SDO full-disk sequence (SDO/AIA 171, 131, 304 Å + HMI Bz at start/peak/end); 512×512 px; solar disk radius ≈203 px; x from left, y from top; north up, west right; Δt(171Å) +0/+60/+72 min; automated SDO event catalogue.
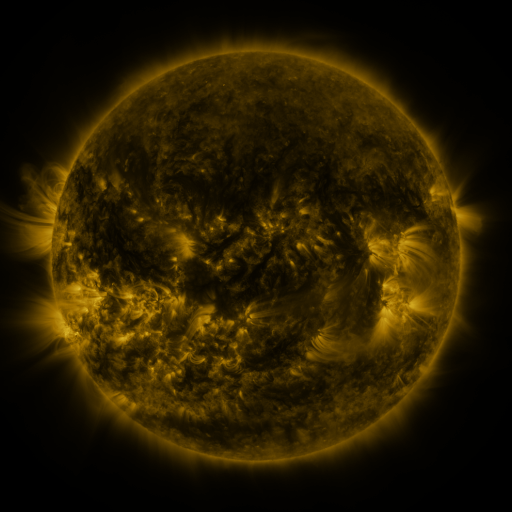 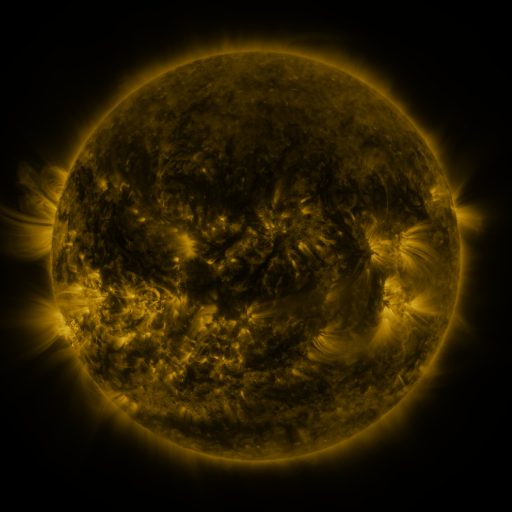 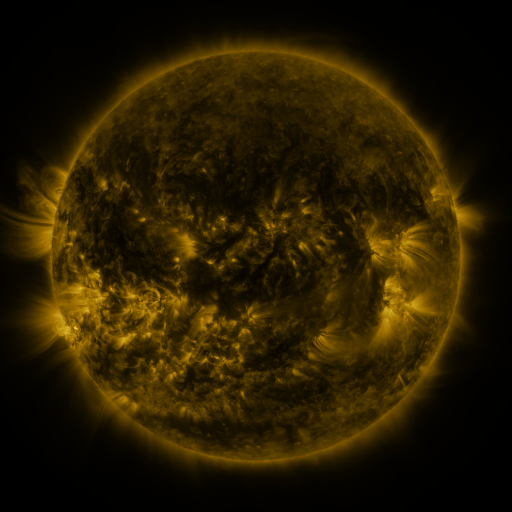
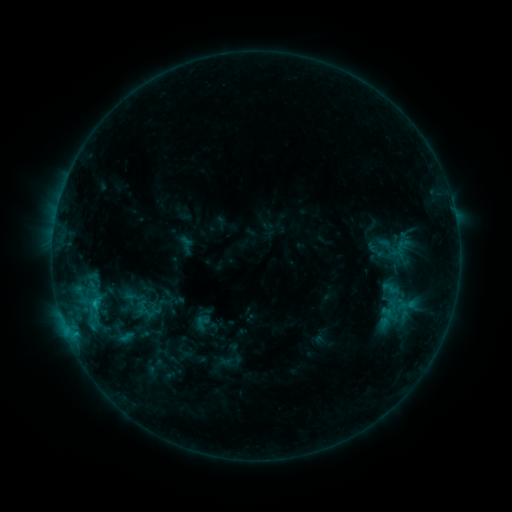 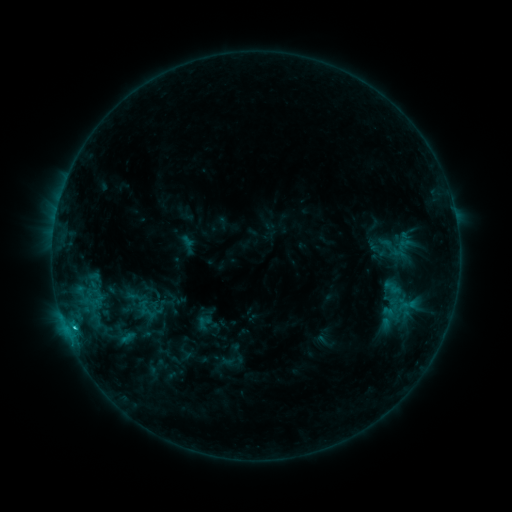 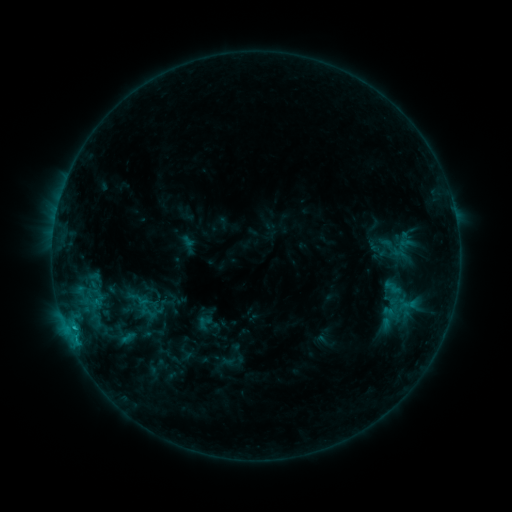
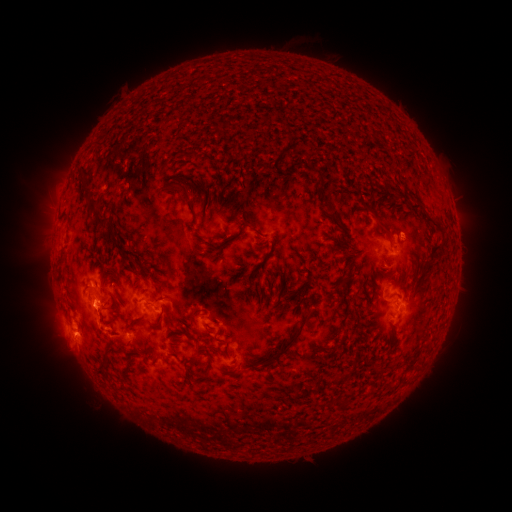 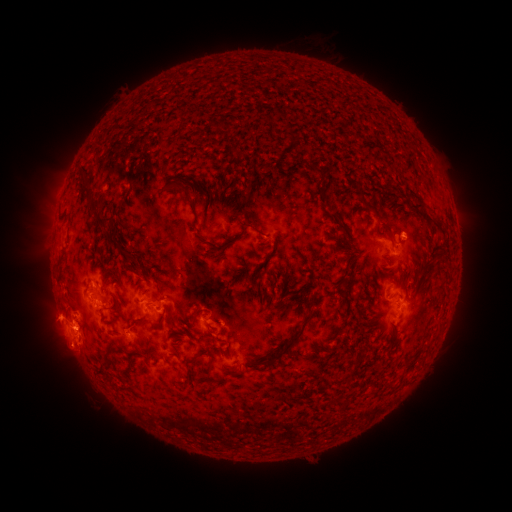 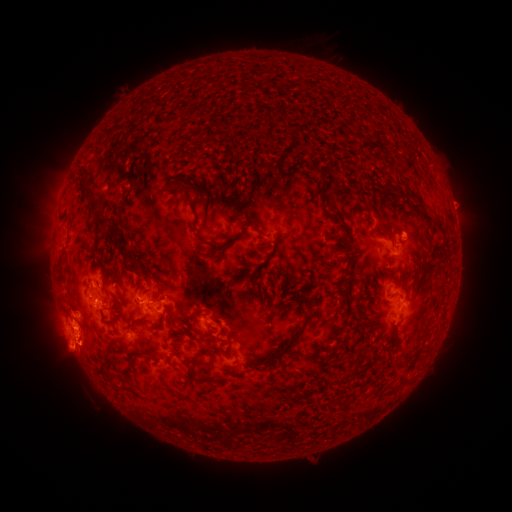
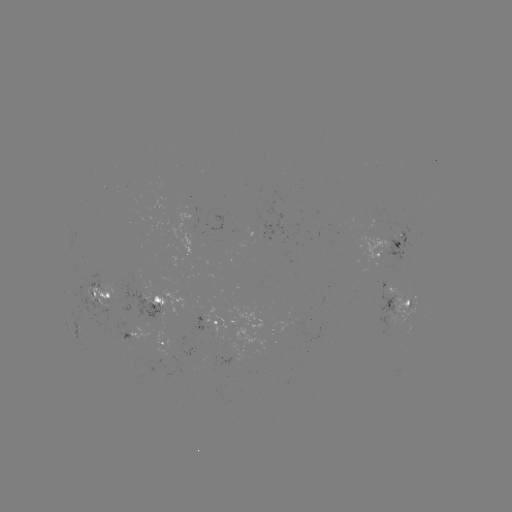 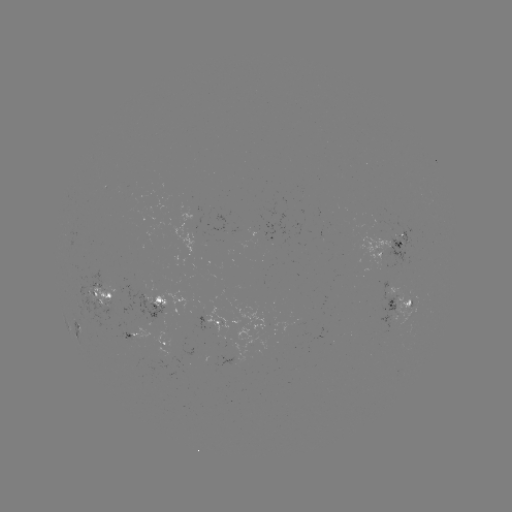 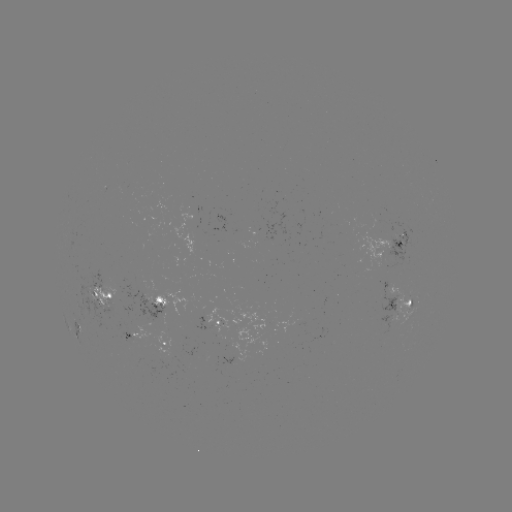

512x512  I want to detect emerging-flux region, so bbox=[250, 215, 260, 241].